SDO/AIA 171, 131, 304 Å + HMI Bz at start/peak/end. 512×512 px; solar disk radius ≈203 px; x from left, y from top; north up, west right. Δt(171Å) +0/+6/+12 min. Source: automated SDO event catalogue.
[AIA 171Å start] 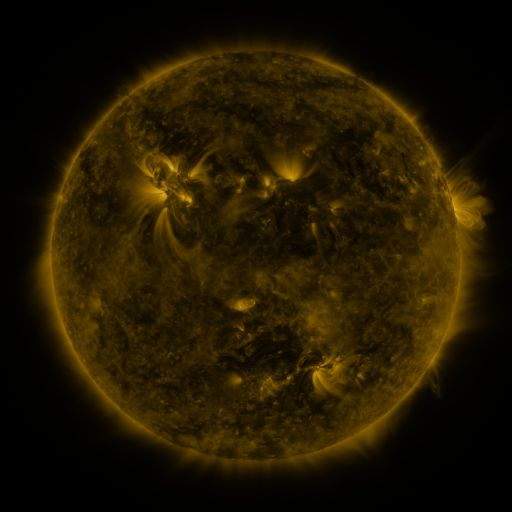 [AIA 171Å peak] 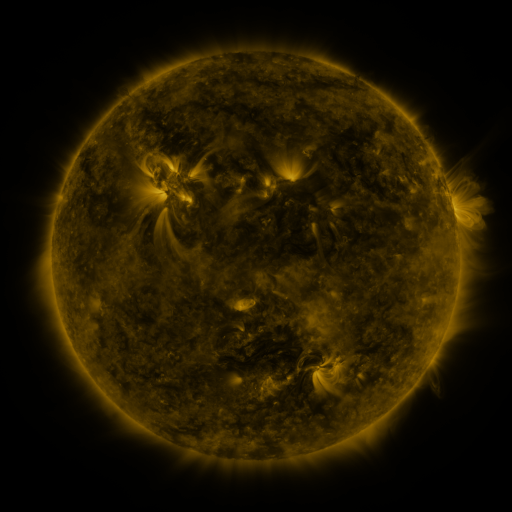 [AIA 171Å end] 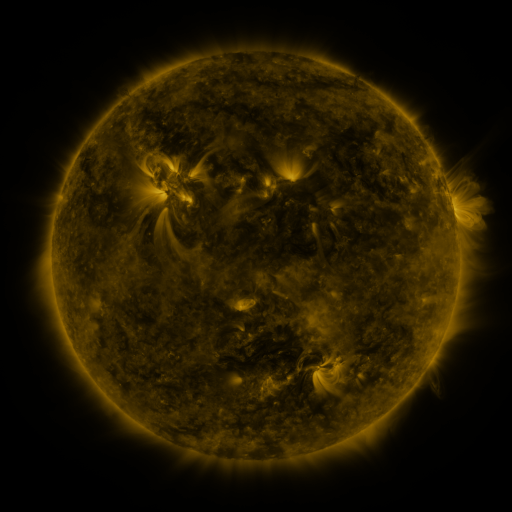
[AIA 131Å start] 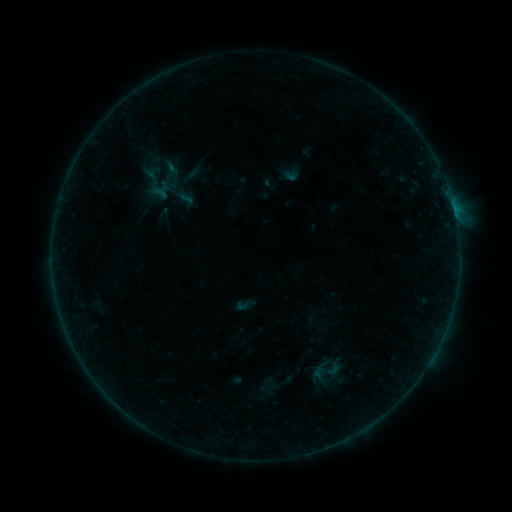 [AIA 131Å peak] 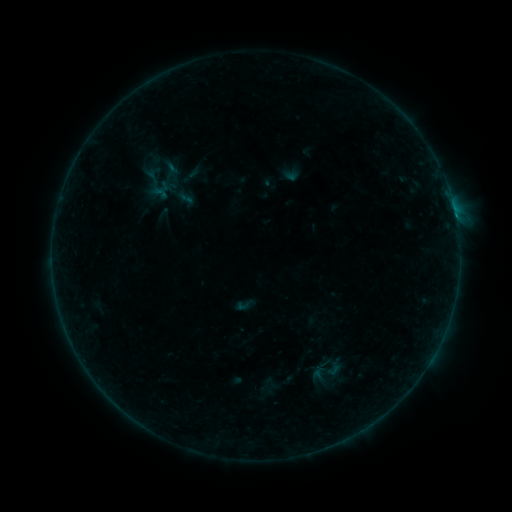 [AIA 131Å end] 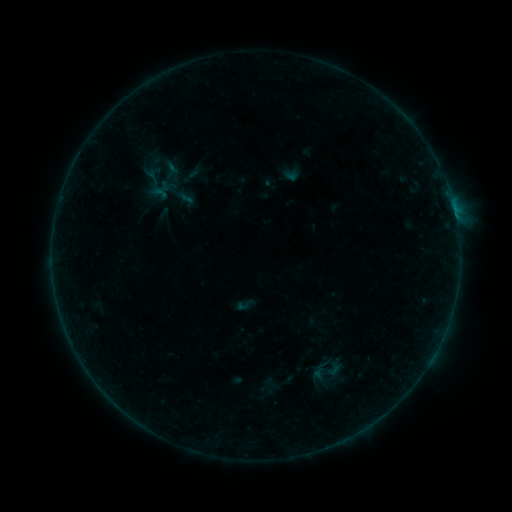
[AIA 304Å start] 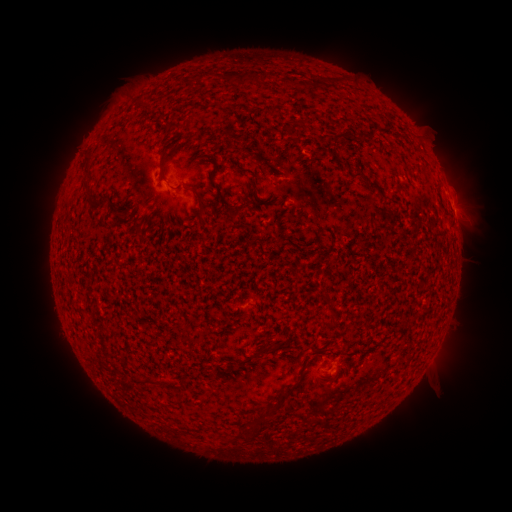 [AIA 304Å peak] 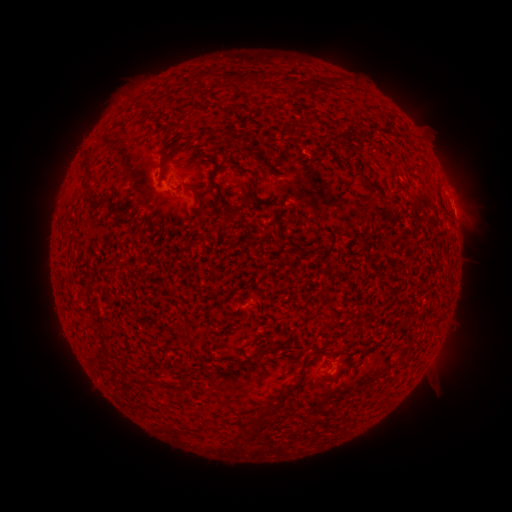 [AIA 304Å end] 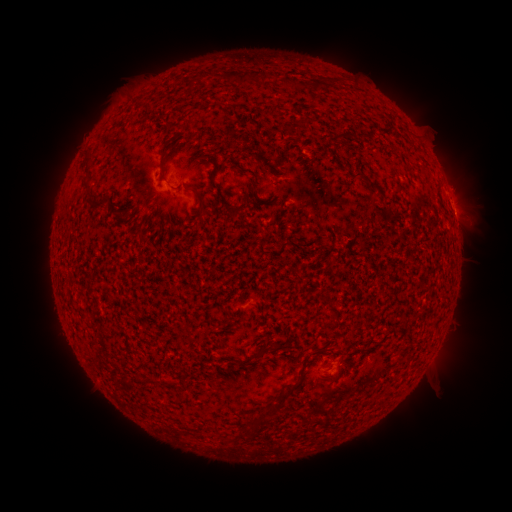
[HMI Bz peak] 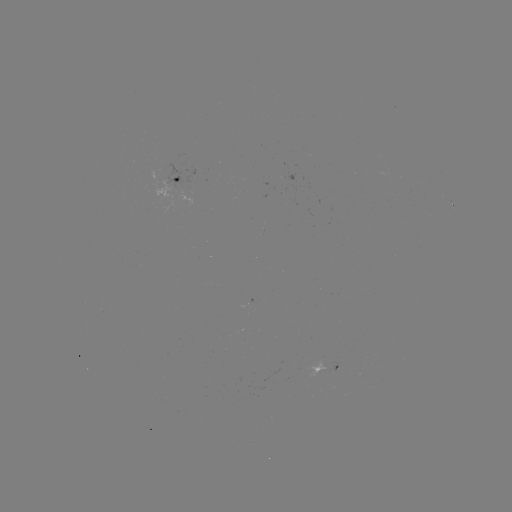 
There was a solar flare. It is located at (453, 210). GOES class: B1.8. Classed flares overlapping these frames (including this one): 1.